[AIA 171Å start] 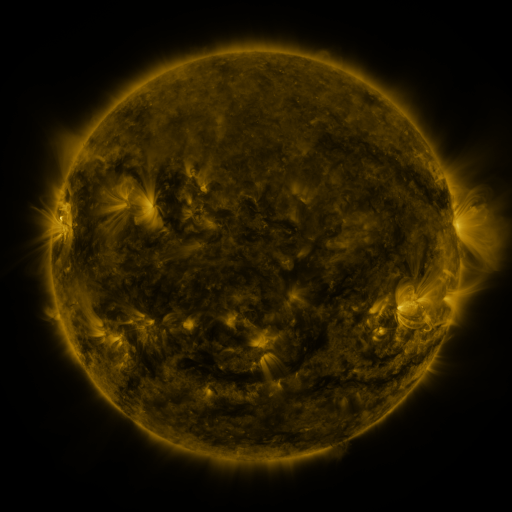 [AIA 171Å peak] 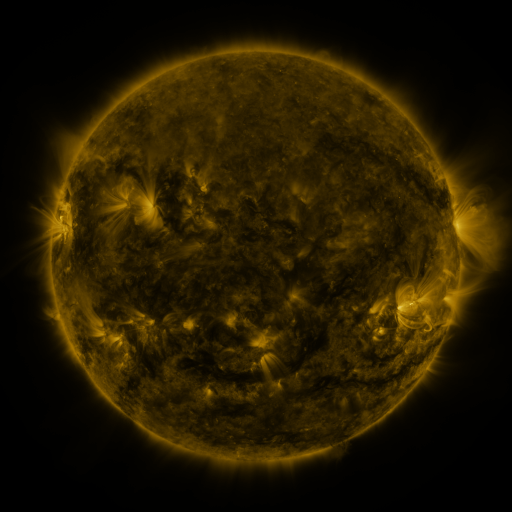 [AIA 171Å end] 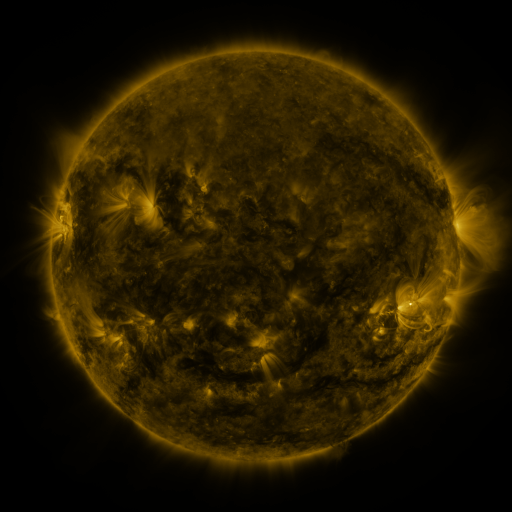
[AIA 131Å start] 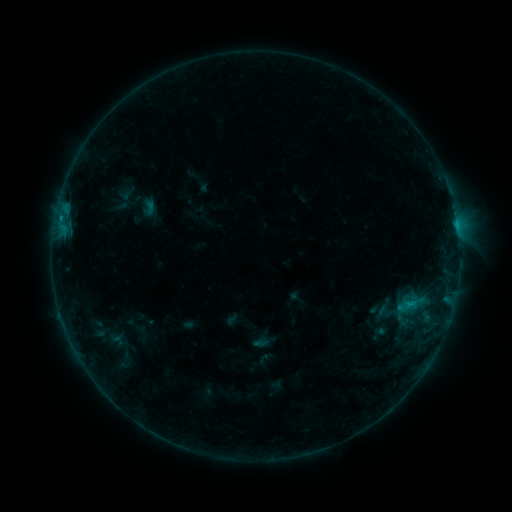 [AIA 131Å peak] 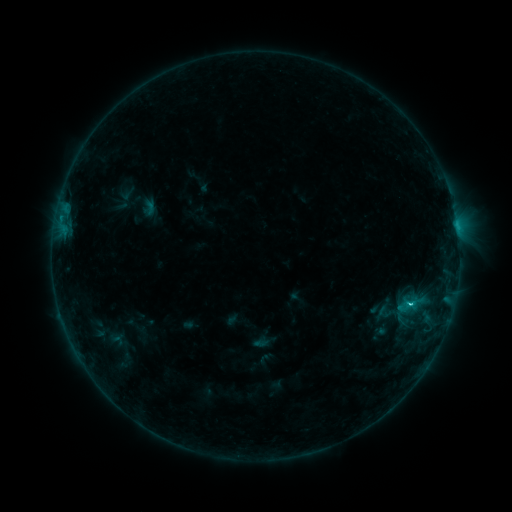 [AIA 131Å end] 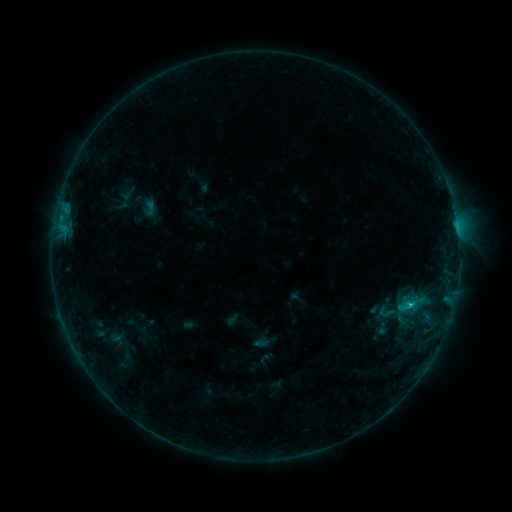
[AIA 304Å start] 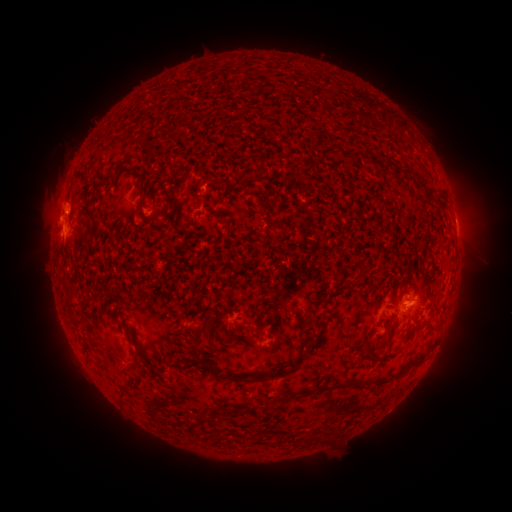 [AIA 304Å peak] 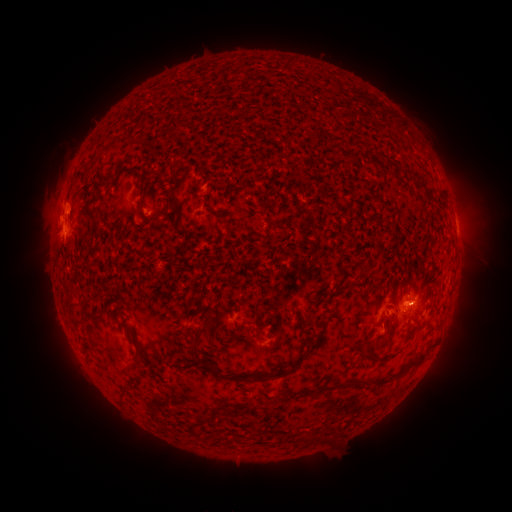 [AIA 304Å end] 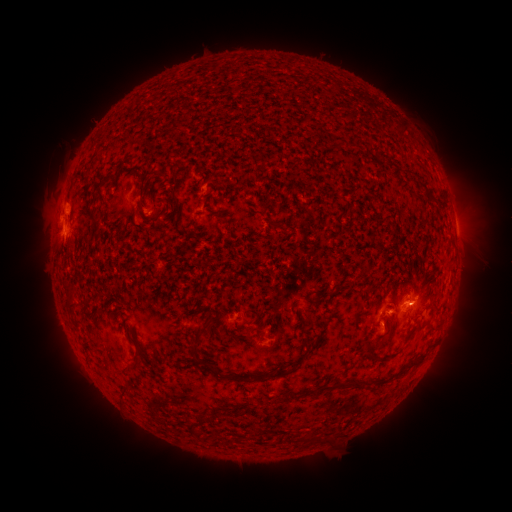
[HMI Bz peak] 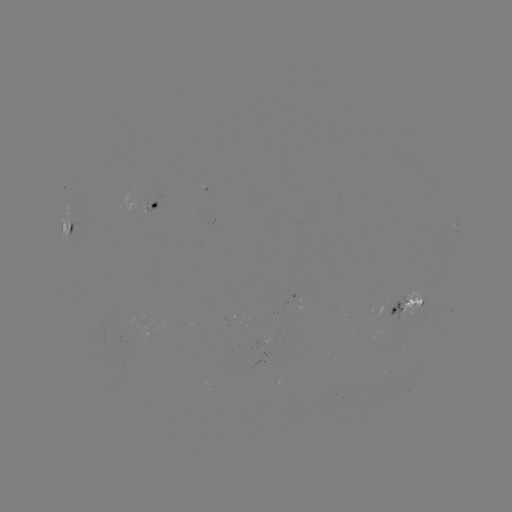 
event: flare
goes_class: C1.1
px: (410, 304)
